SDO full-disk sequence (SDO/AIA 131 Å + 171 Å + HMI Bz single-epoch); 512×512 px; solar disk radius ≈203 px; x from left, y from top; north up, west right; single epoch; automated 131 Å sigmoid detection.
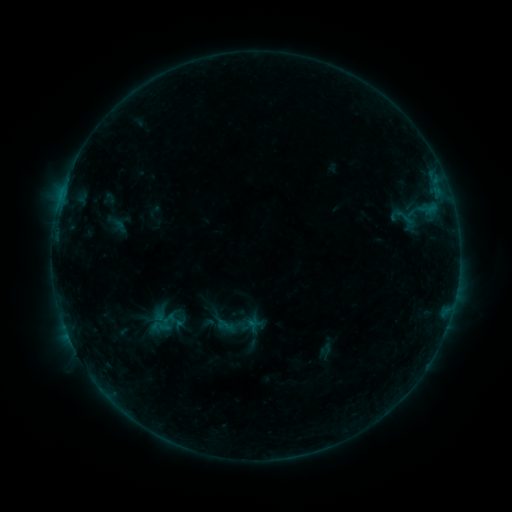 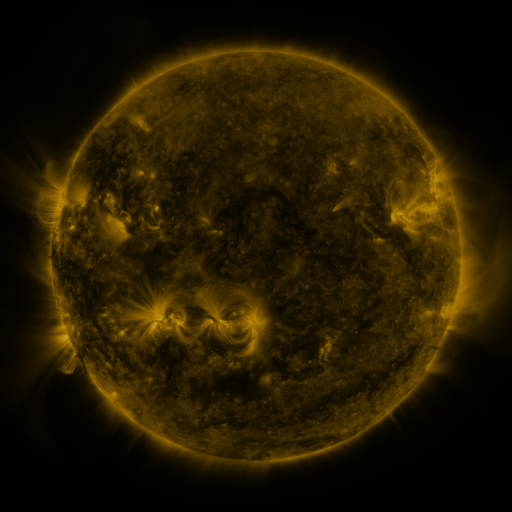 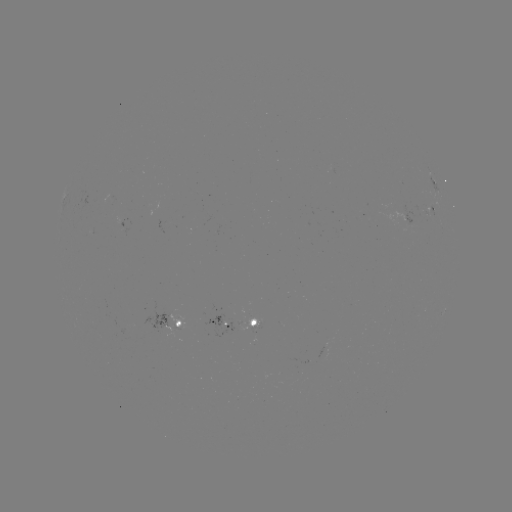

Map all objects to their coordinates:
sigmoid: <bbox>392, 207, 418, 226</bbox>
sigmoid: <bbox>214, 306, 255, 346</bbox>
sigmoid: <bbox>149, 315, 174, 338</bbox>
